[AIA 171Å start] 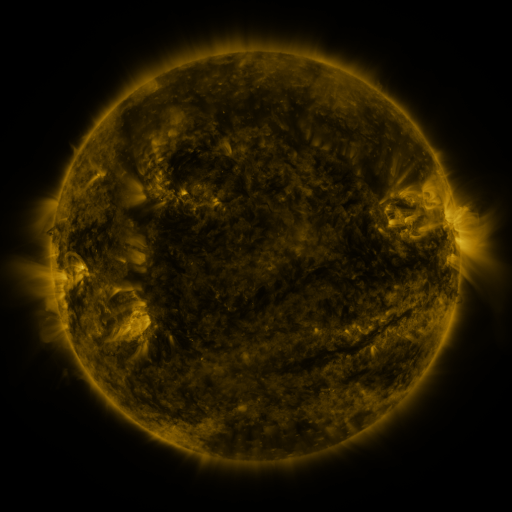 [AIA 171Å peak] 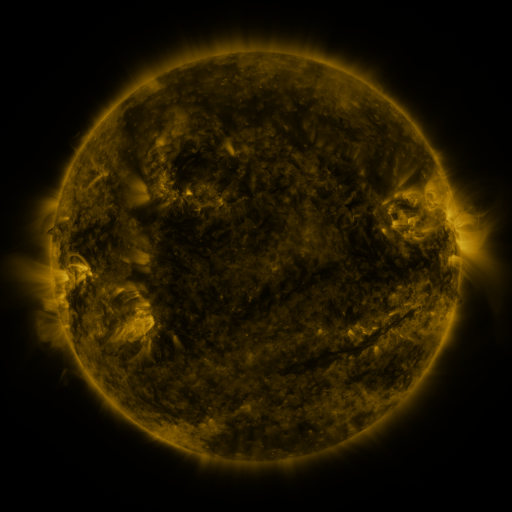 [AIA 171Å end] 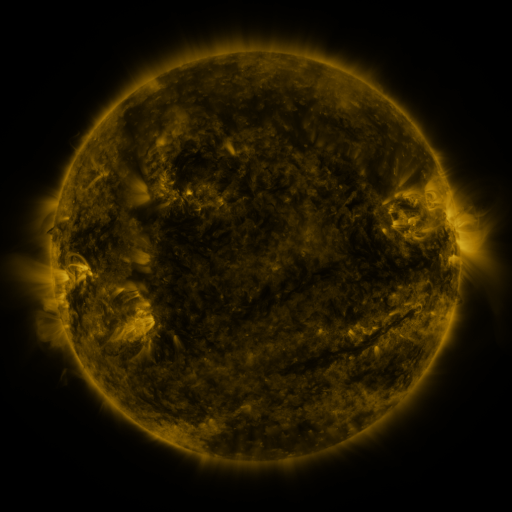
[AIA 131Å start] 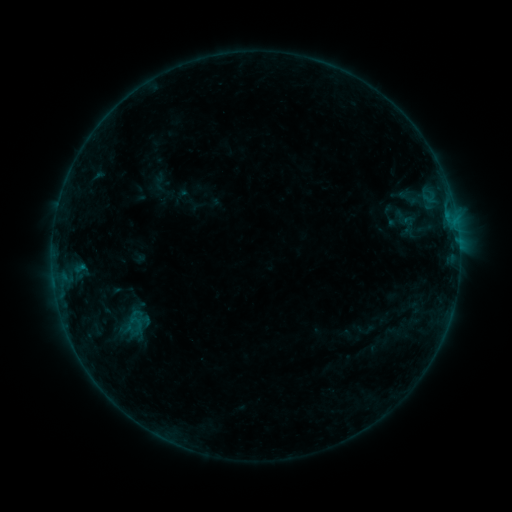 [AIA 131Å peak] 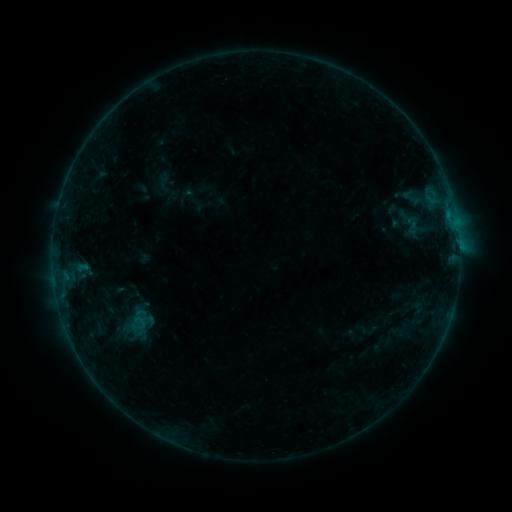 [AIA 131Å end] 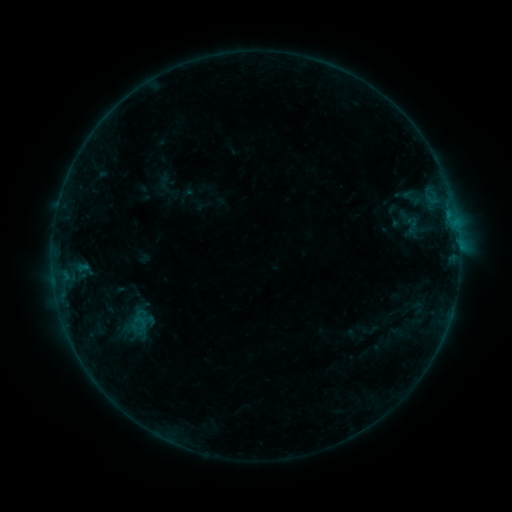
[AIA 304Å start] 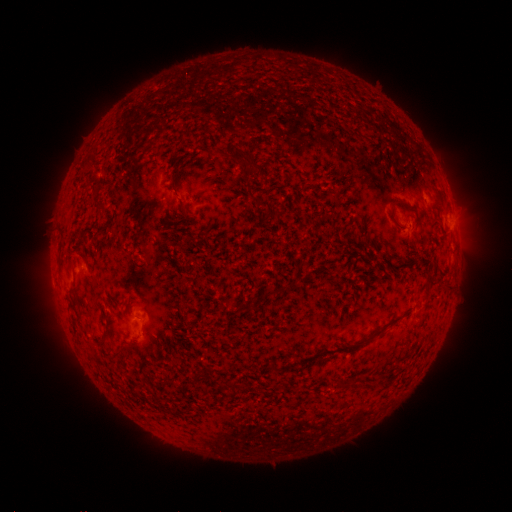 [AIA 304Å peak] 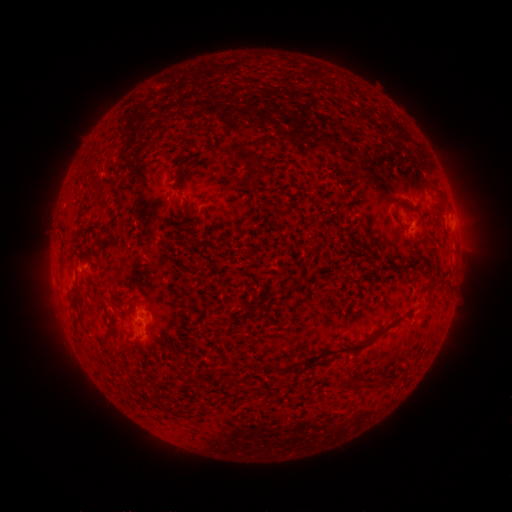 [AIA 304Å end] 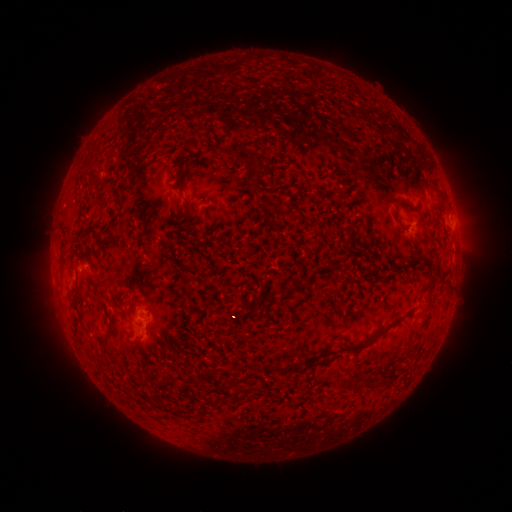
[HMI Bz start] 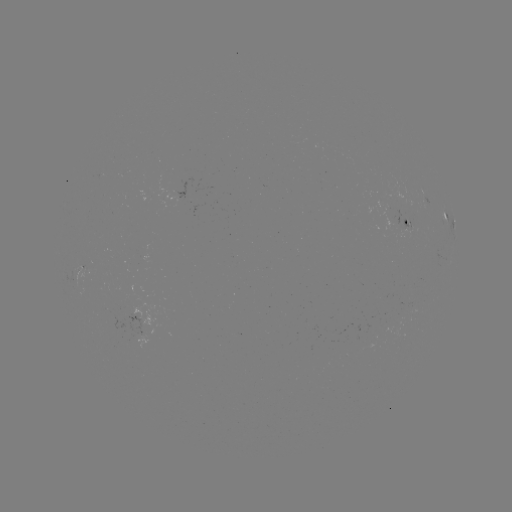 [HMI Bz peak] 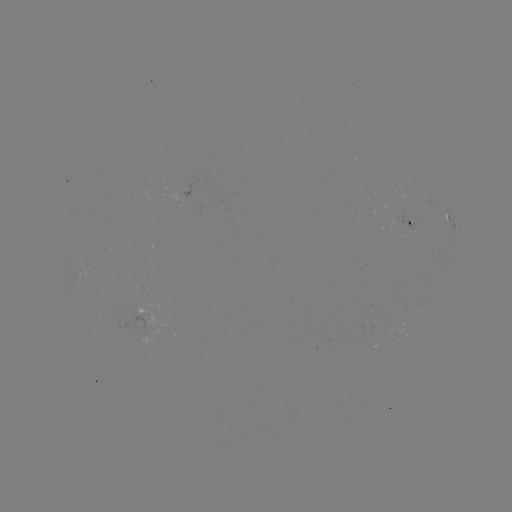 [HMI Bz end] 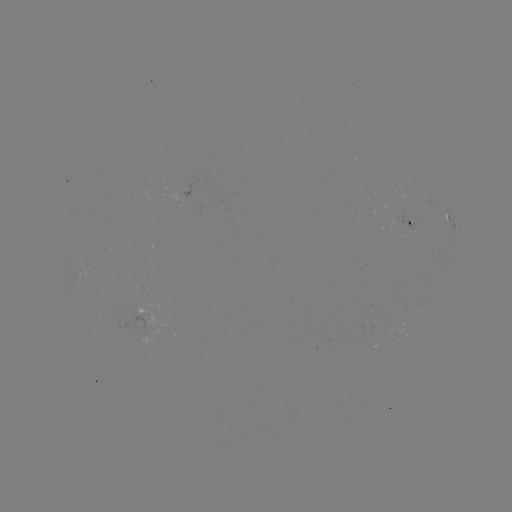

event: emerging-flux region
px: (85, 269)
